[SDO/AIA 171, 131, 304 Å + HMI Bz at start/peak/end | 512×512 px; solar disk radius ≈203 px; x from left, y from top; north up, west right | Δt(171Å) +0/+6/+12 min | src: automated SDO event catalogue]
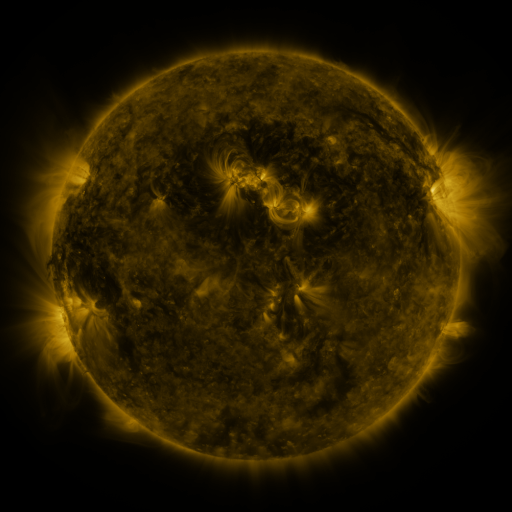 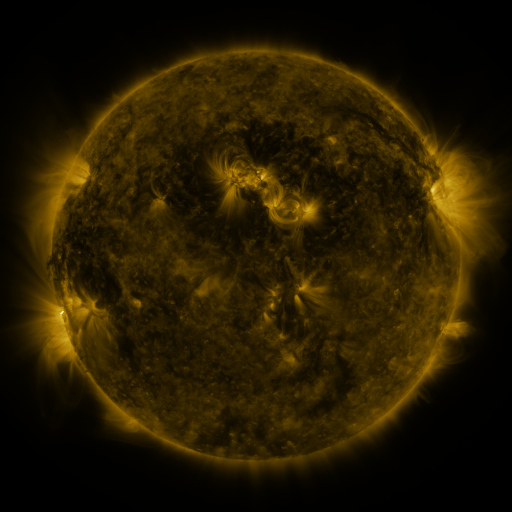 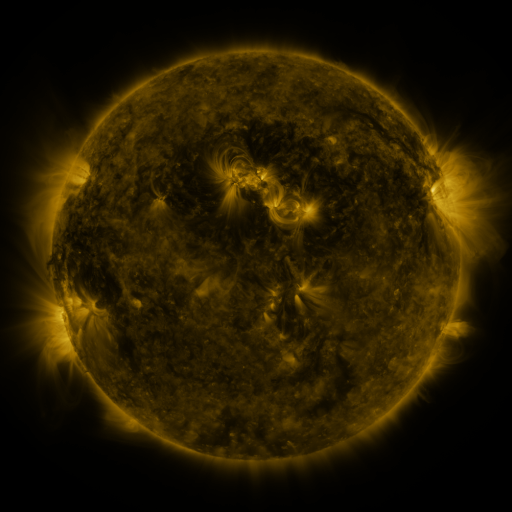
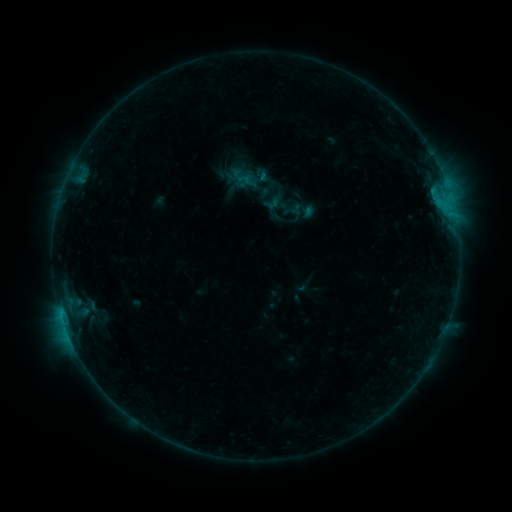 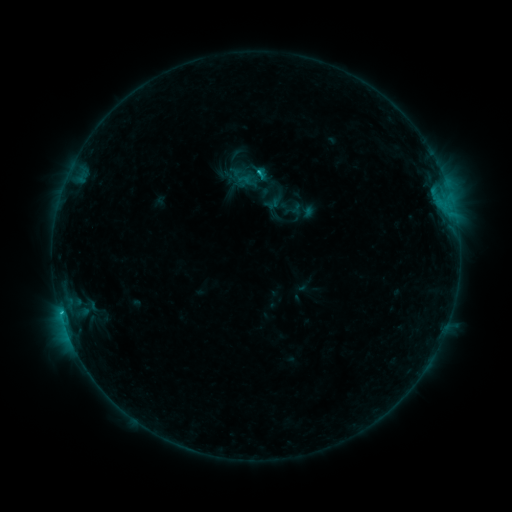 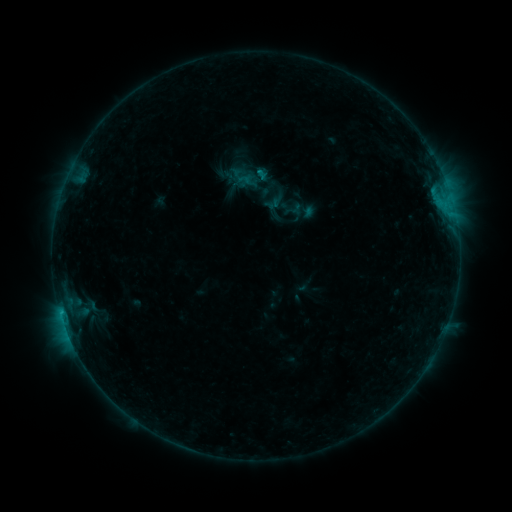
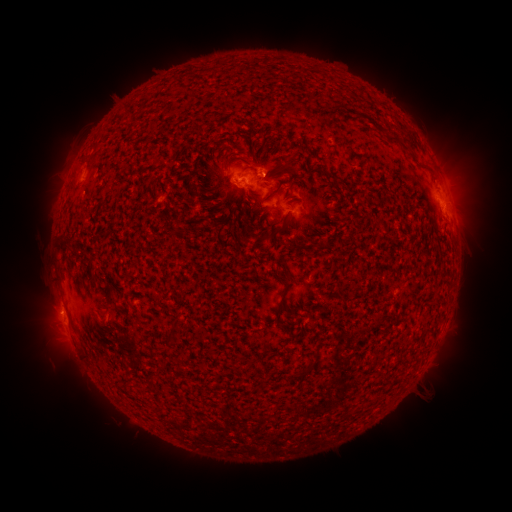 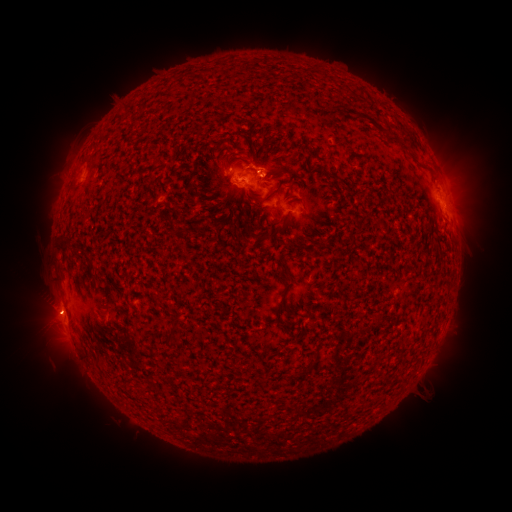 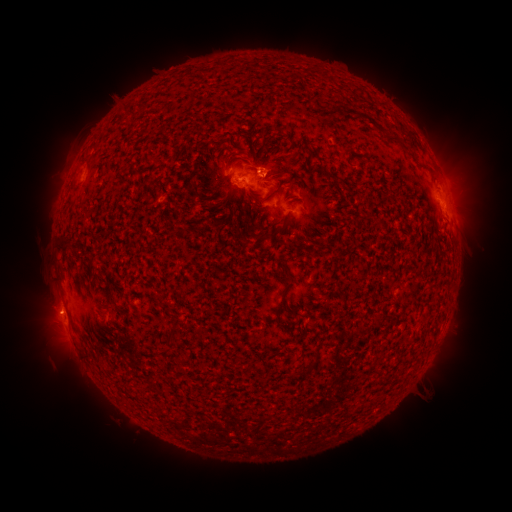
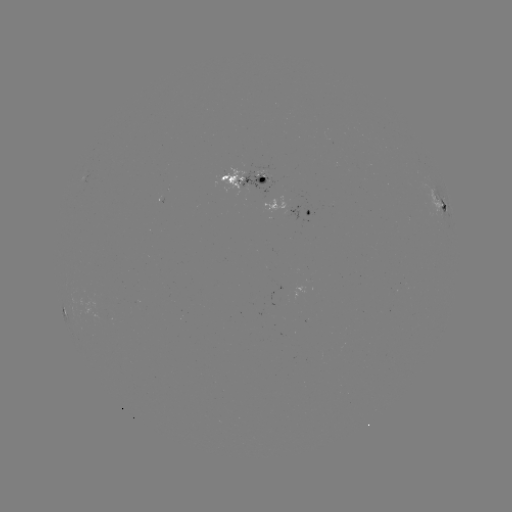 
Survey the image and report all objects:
C1.0 flare: (256, 175)
